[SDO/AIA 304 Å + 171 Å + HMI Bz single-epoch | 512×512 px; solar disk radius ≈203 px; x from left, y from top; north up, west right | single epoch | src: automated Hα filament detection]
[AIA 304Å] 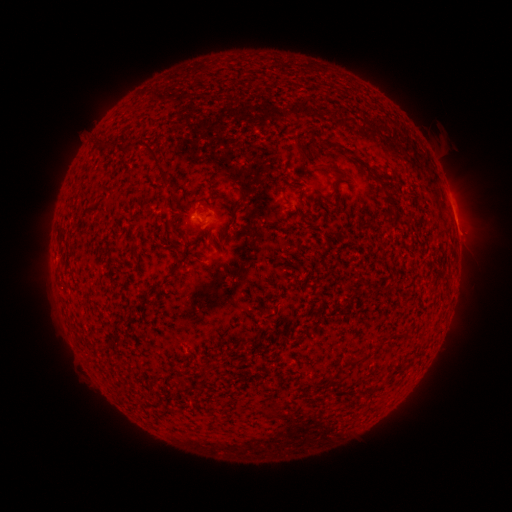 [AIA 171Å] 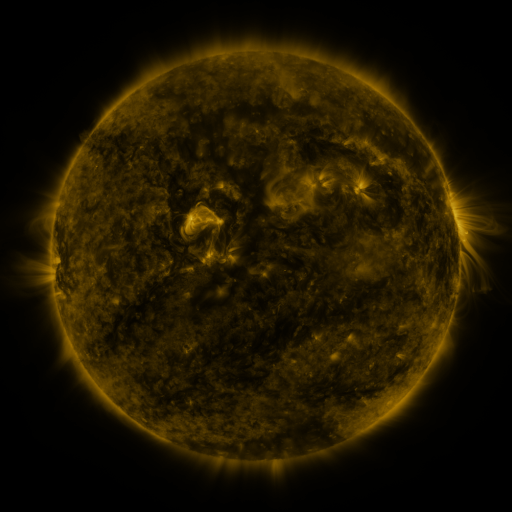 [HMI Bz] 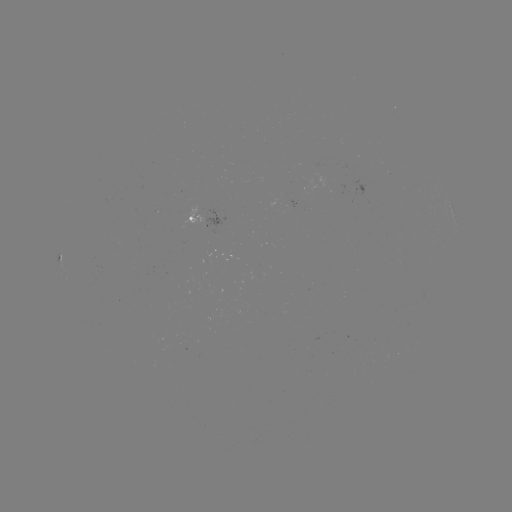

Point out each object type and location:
filament: [92, 137, 117, 152]
filament: [292, 140, 309, 163]
filament: [122, 143, 133, 154]
filament: [148, 149, 168, 181]
filament: [325, 163, 350, 179]
filament: [383, 184, 392, 199]
filament: [164, 218, 175, 243]
filament: [170, 262, 181, 274]
filament: [375, 341, 383, 350]
filament: [343, 356, 364, 367]
filament: [178, 377, 187, 389]
